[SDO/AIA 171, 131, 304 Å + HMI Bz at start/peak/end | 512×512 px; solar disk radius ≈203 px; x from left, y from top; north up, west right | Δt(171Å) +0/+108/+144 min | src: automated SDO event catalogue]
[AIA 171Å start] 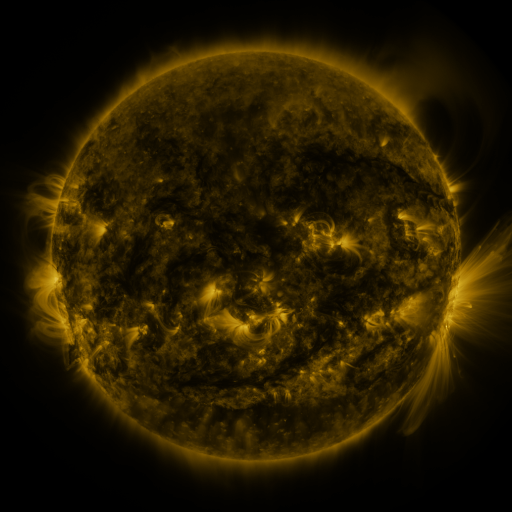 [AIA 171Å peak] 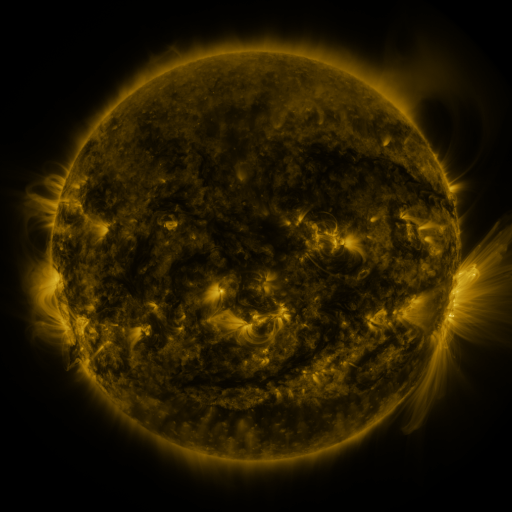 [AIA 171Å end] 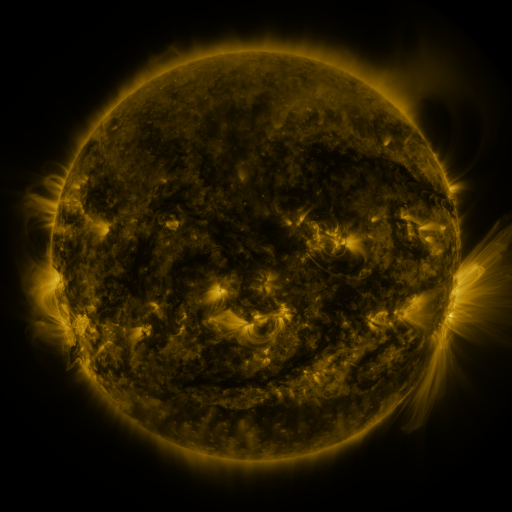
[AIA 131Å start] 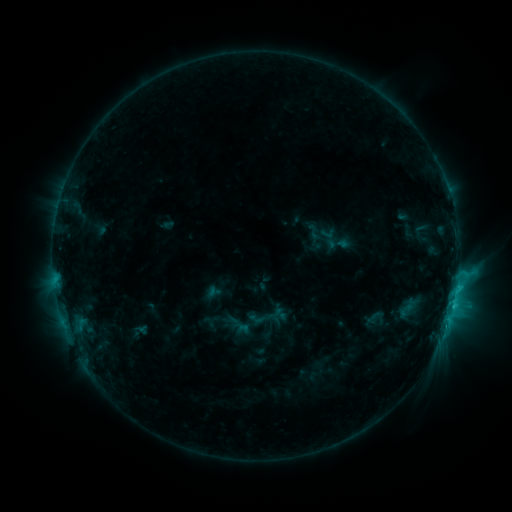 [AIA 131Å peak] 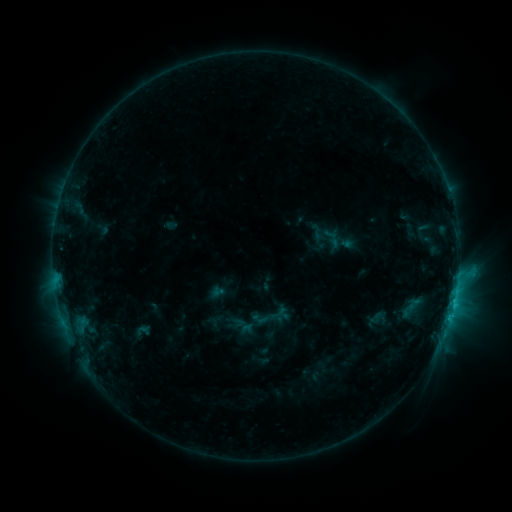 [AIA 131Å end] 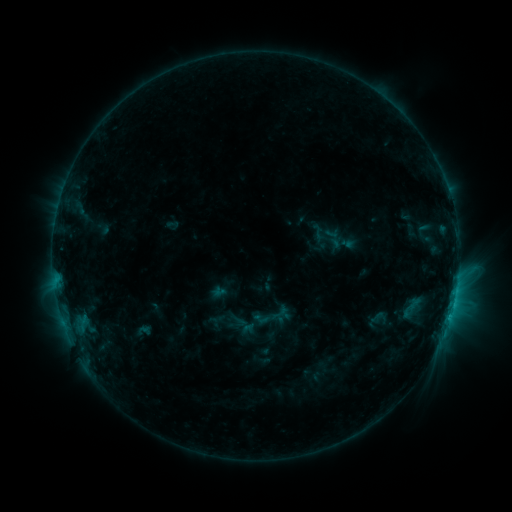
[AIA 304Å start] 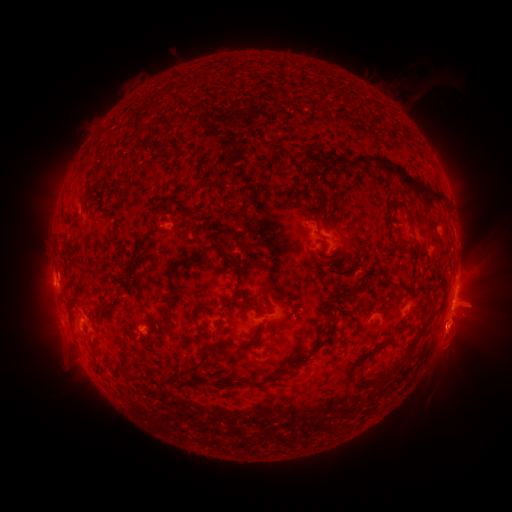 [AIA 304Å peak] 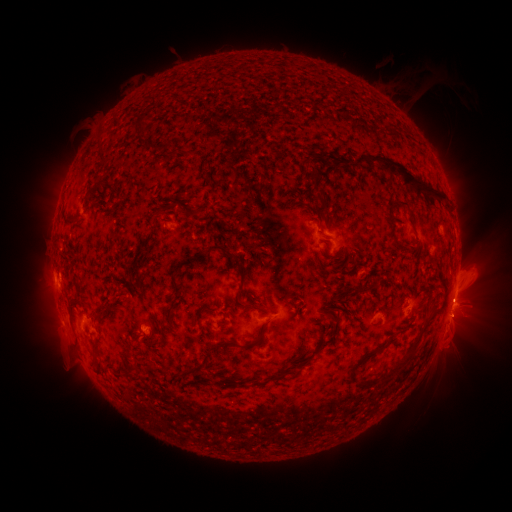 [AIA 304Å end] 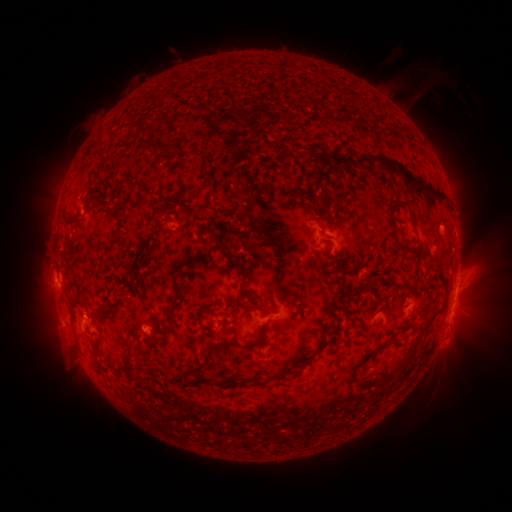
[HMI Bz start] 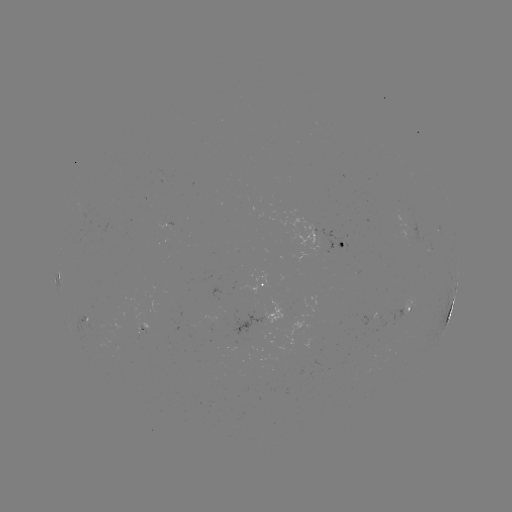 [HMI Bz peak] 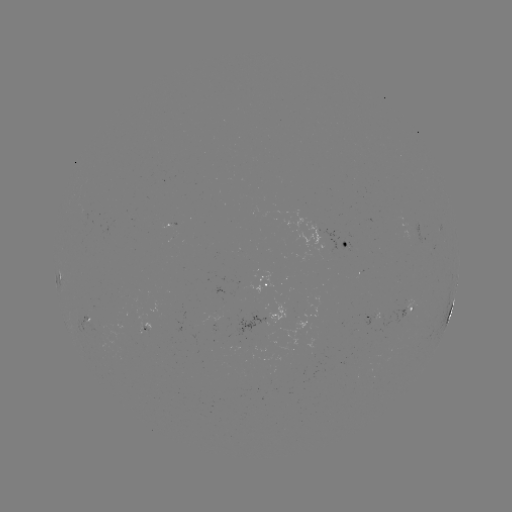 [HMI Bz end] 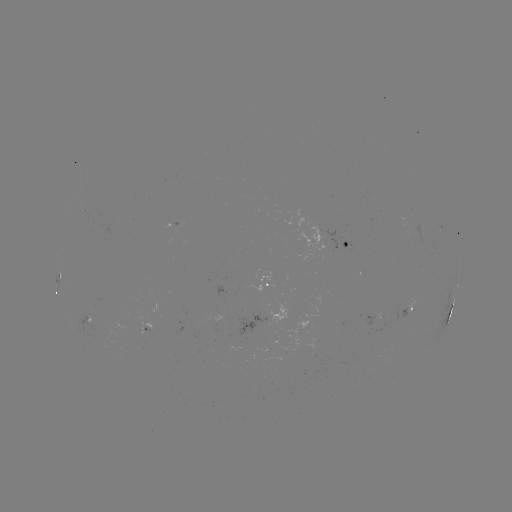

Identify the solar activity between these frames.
emerging-flux region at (324, 238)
